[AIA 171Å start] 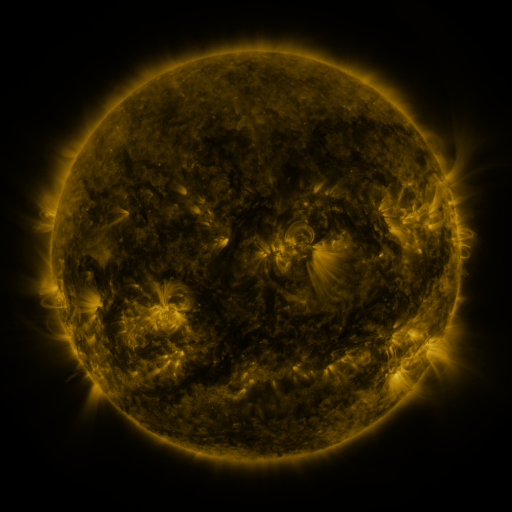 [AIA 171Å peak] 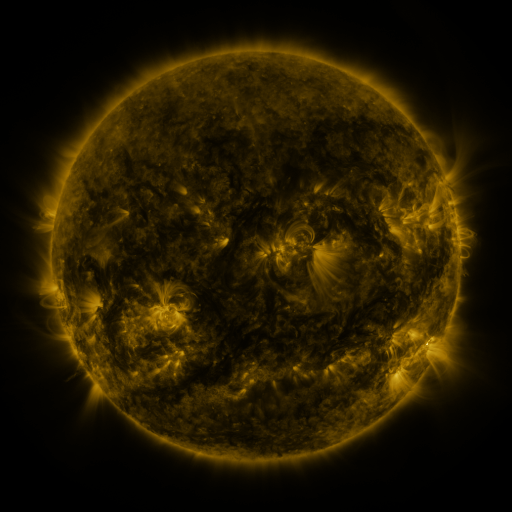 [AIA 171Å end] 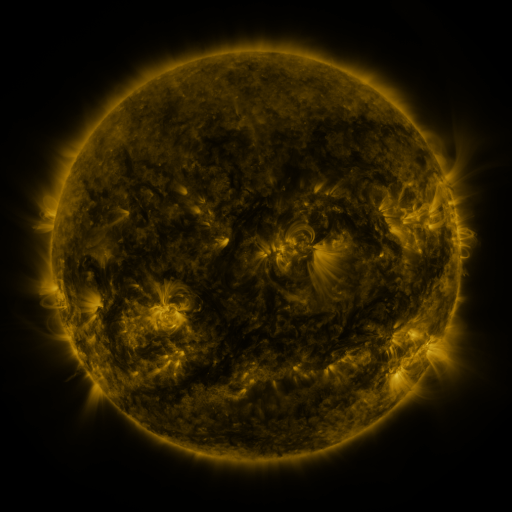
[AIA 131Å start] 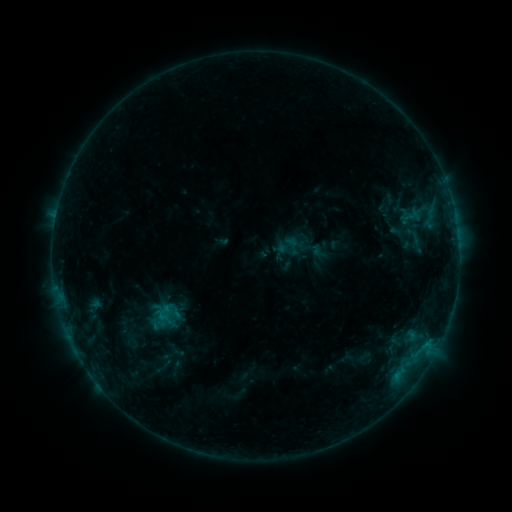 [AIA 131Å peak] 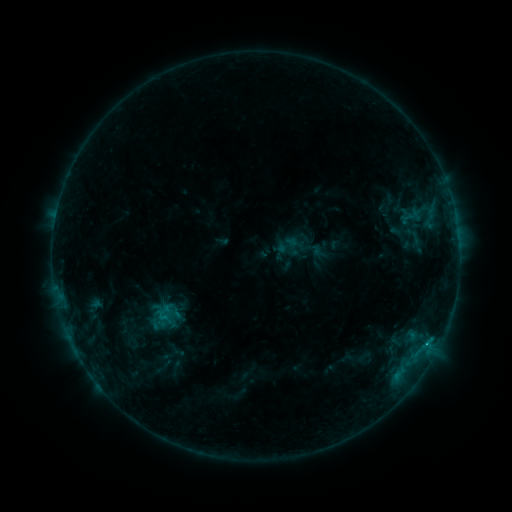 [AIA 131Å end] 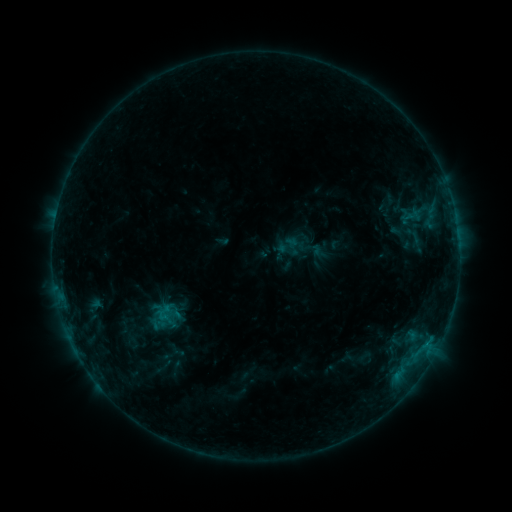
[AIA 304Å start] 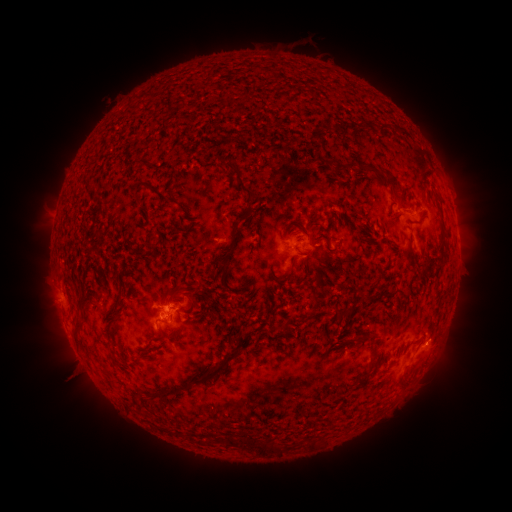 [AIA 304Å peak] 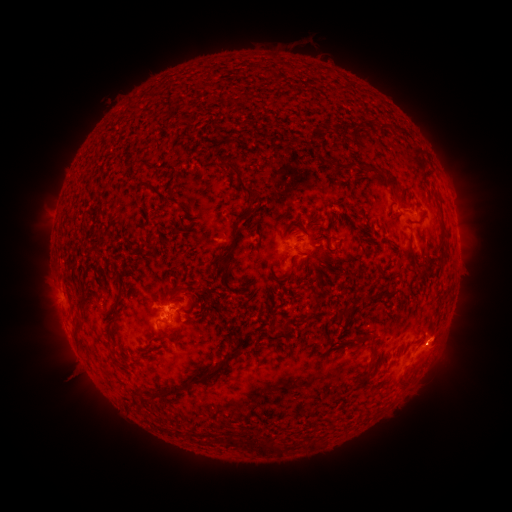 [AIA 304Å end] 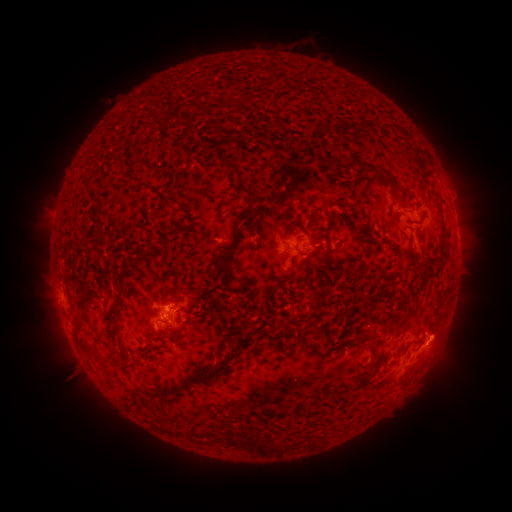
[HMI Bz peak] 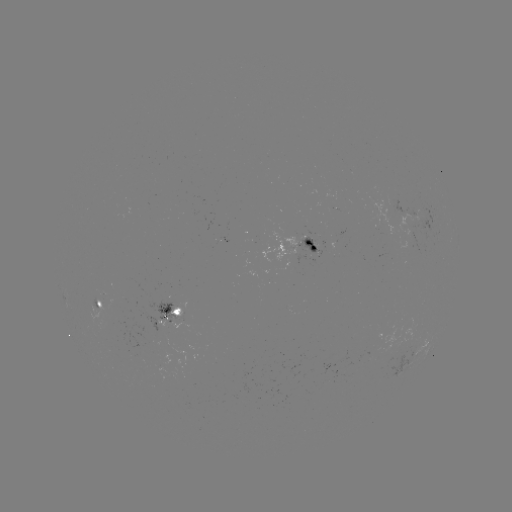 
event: flare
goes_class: B7.9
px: (427, 341)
